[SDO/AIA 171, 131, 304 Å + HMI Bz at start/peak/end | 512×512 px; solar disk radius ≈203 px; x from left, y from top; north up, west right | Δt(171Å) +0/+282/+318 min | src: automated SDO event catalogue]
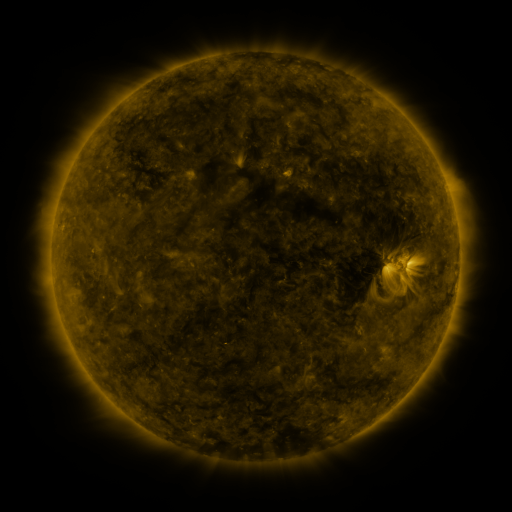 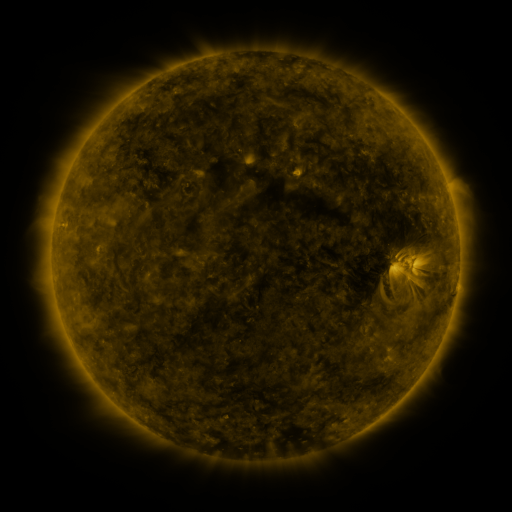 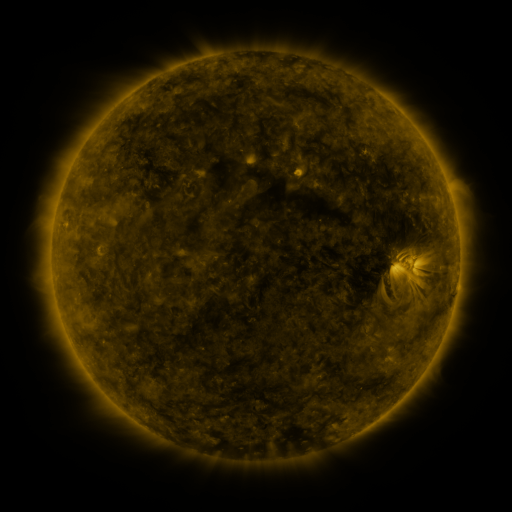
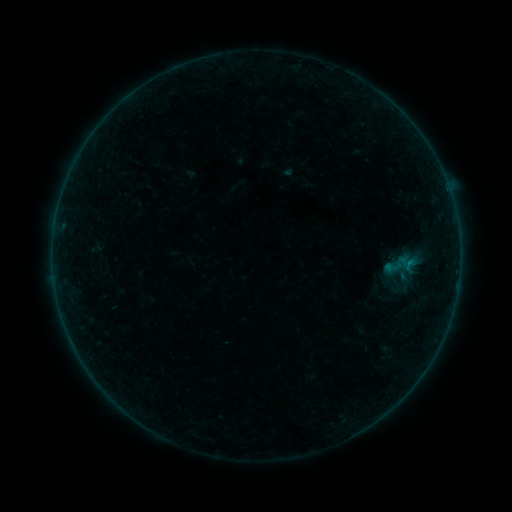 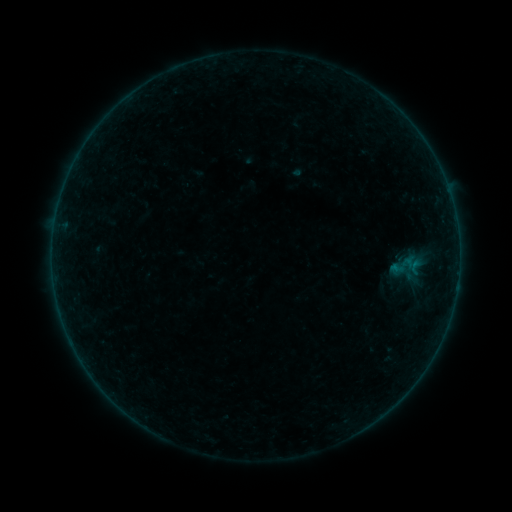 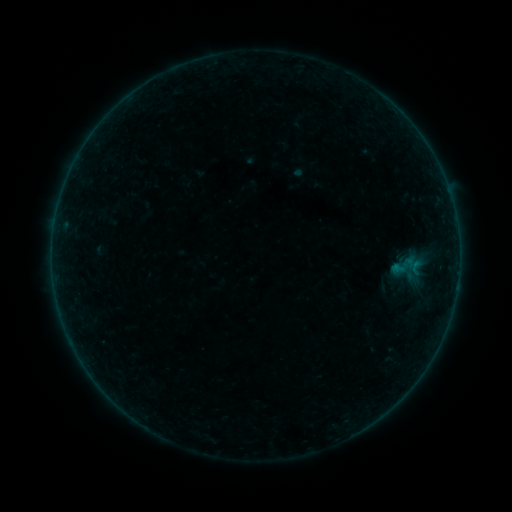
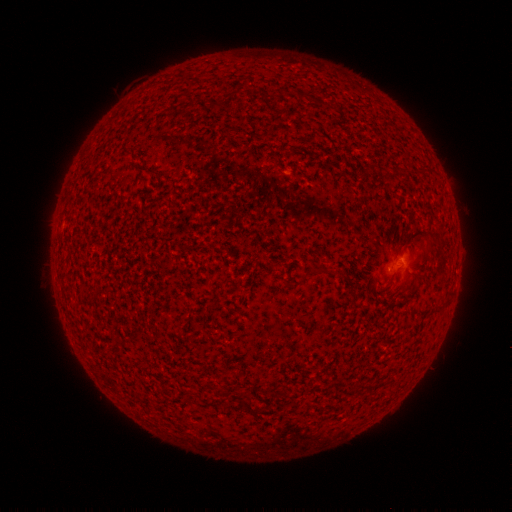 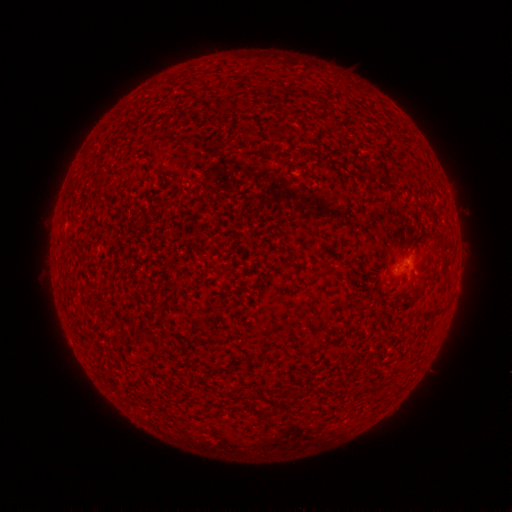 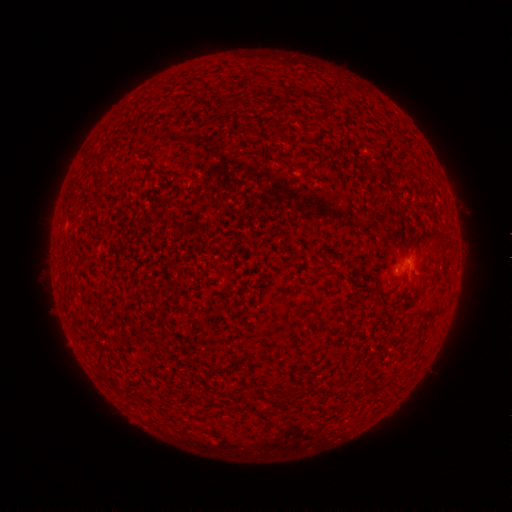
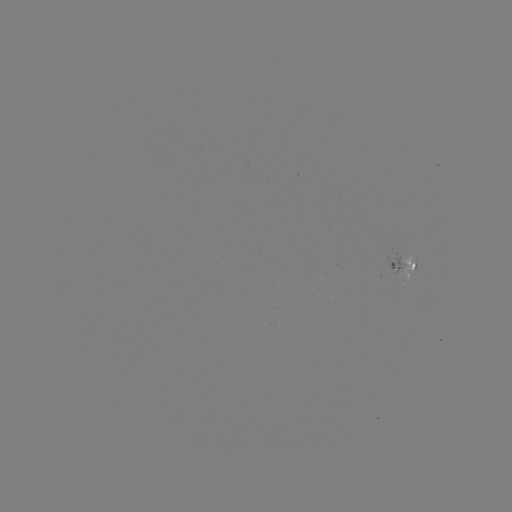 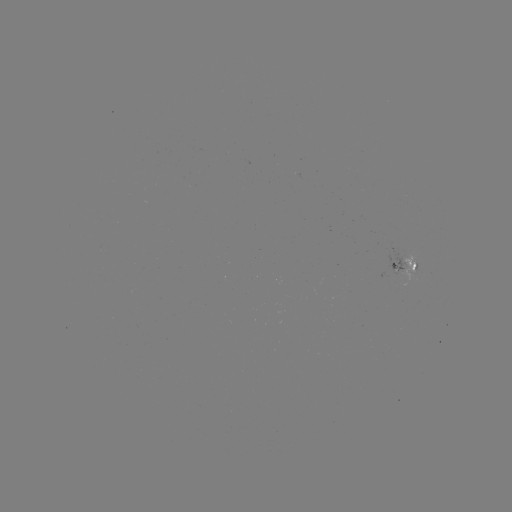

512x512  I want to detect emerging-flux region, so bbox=[400, 253, 413, 288].